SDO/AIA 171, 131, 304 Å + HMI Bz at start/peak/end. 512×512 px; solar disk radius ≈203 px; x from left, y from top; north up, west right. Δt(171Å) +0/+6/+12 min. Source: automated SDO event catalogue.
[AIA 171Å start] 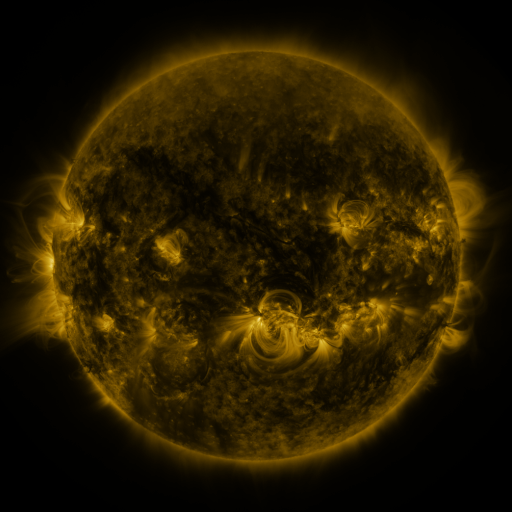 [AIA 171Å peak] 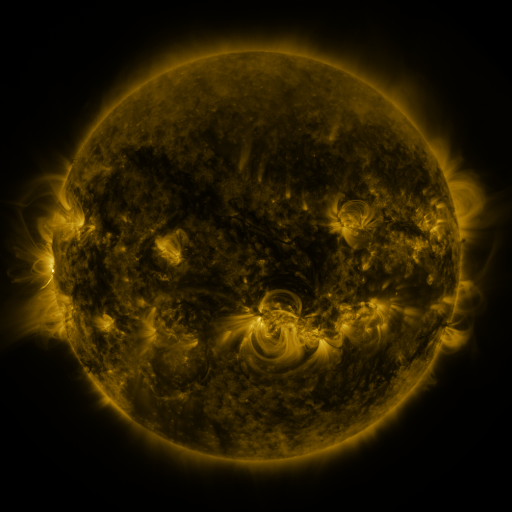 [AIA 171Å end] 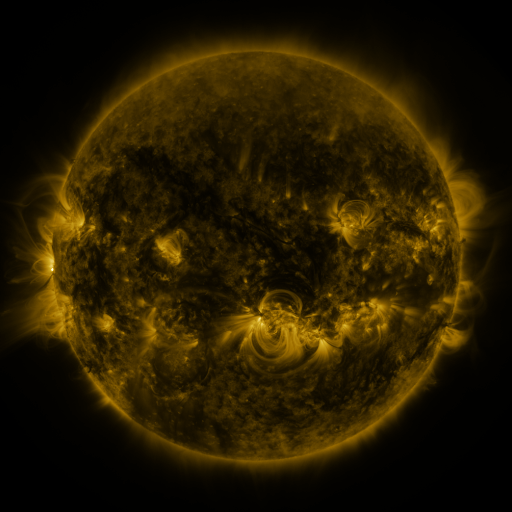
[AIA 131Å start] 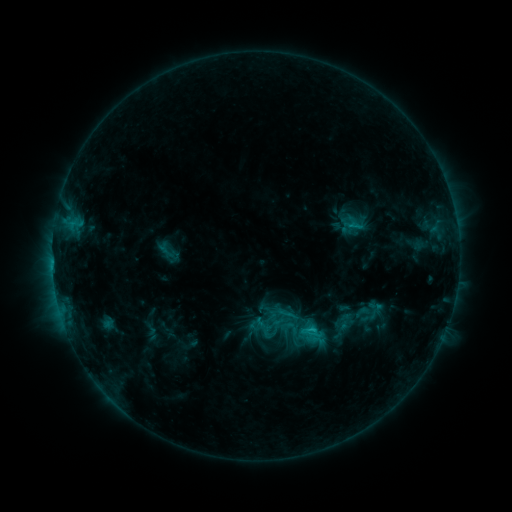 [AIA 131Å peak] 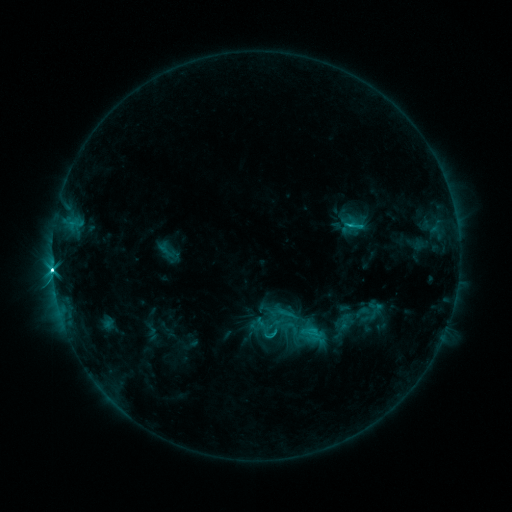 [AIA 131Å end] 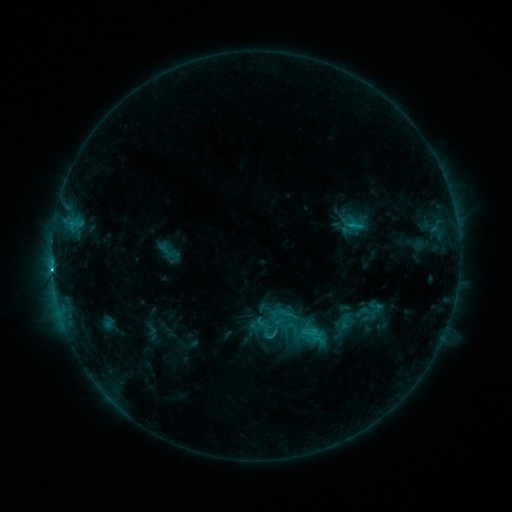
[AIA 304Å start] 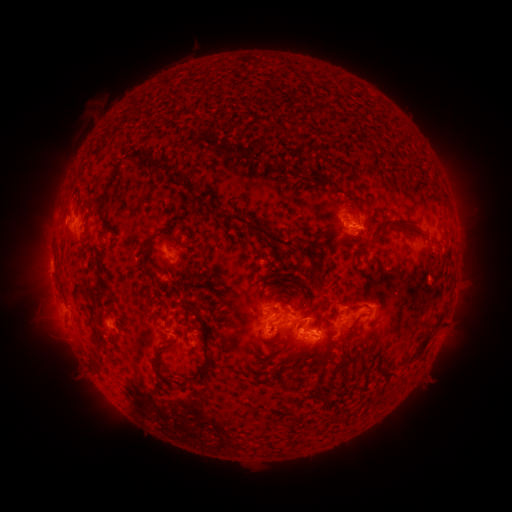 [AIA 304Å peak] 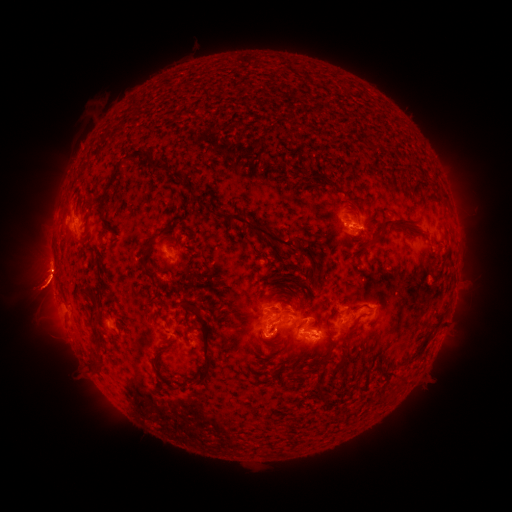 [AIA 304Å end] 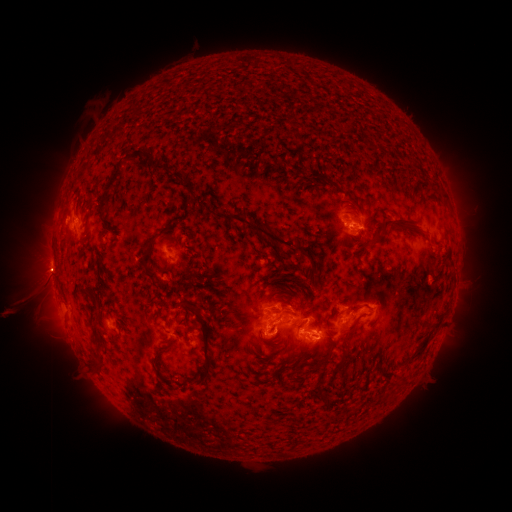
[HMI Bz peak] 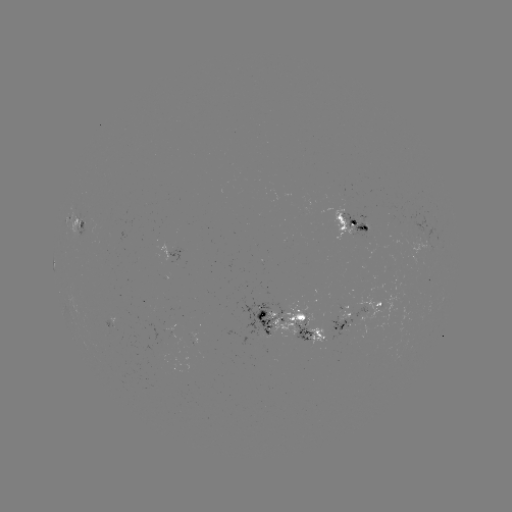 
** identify M1.0 flare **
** (53, 270) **